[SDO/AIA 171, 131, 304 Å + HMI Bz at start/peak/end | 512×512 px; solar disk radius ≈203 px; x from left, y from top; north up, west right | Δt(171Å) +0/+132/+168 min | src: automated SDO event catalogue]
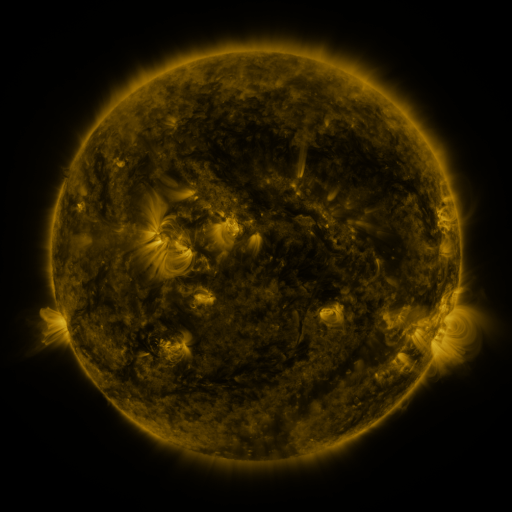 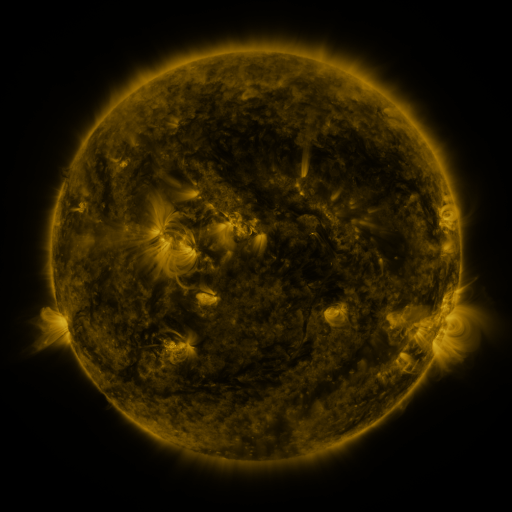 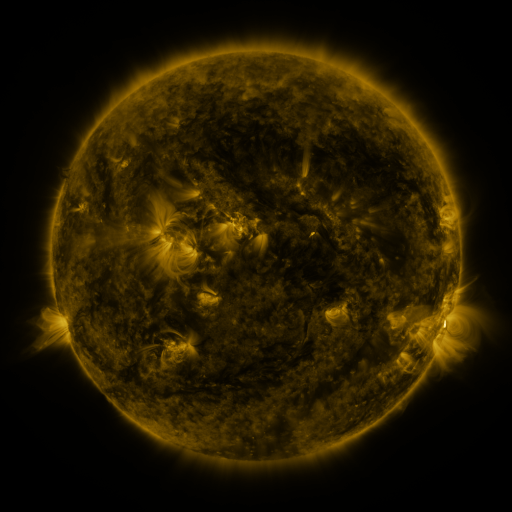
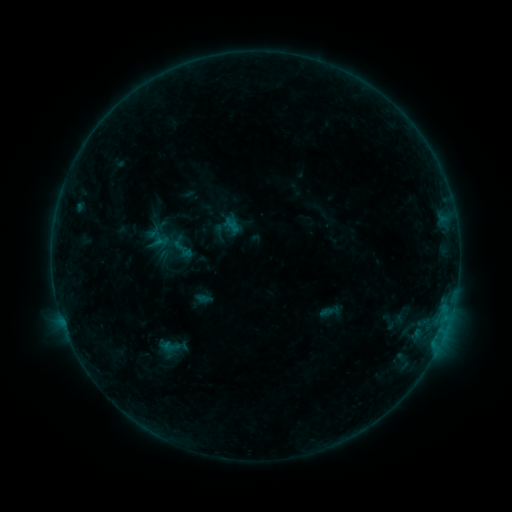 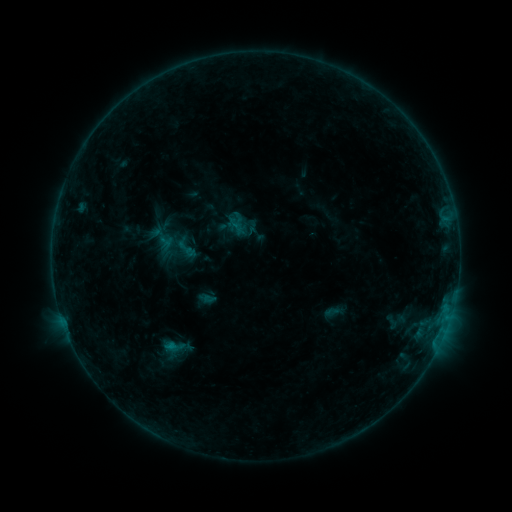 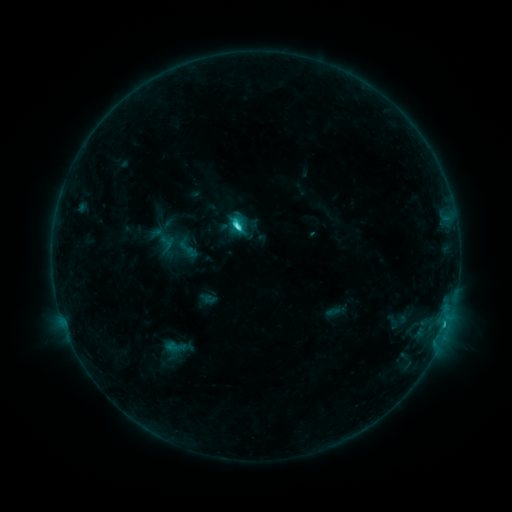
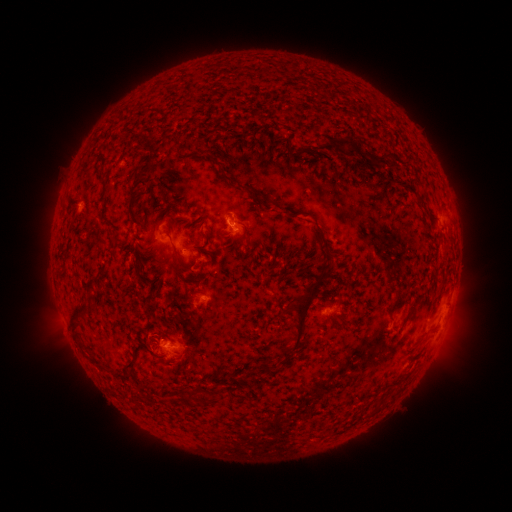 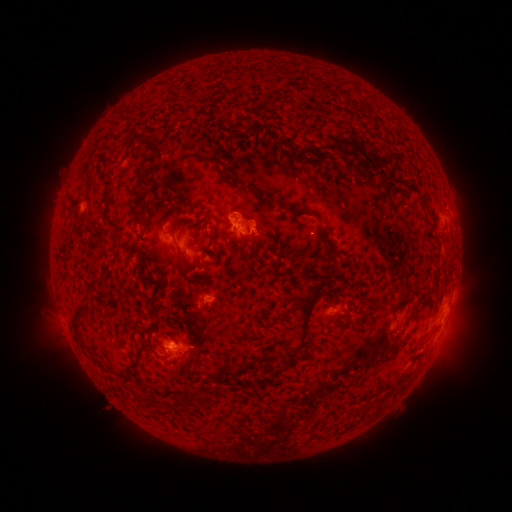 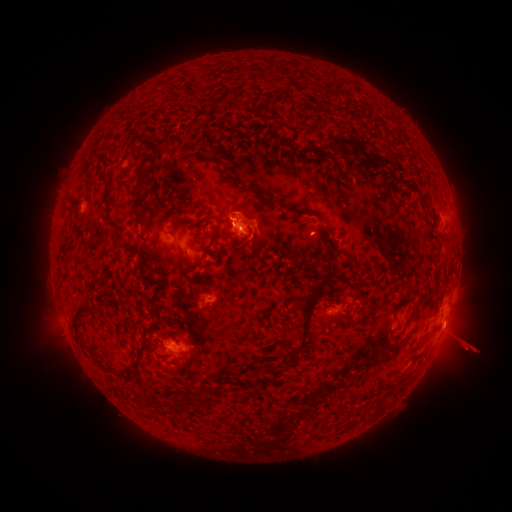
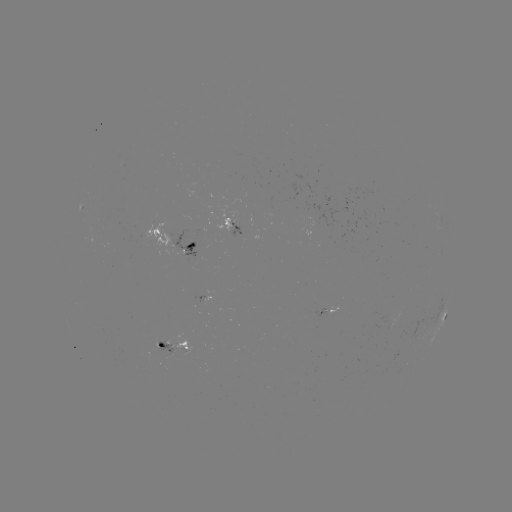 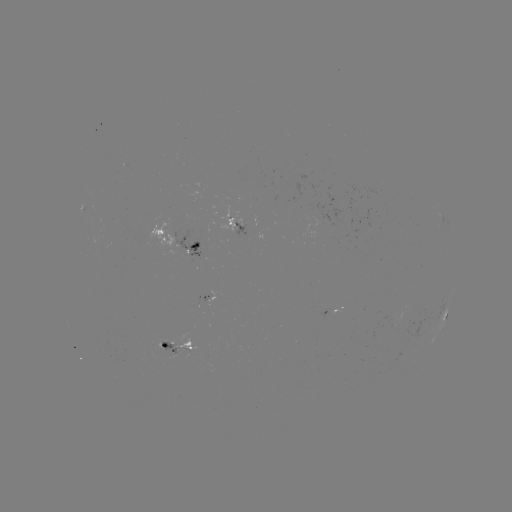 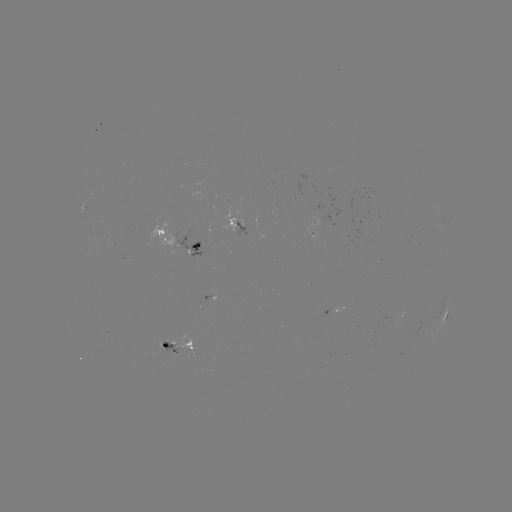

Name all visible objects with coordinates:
emerging-flux region: (245, 233)
